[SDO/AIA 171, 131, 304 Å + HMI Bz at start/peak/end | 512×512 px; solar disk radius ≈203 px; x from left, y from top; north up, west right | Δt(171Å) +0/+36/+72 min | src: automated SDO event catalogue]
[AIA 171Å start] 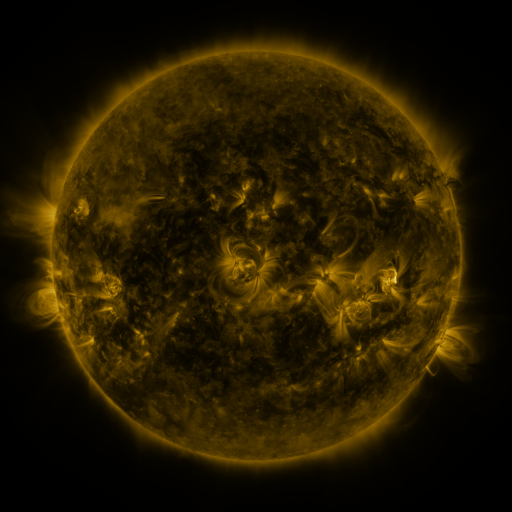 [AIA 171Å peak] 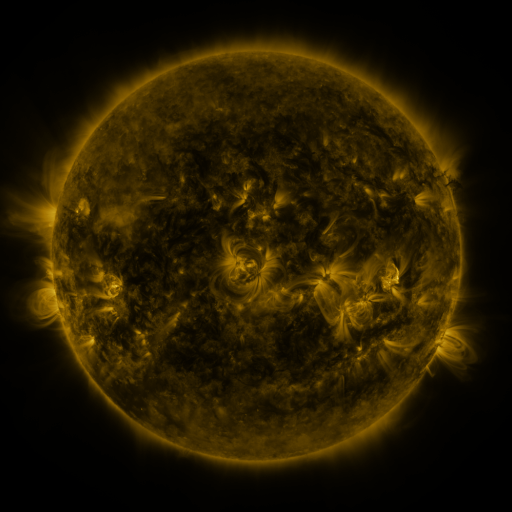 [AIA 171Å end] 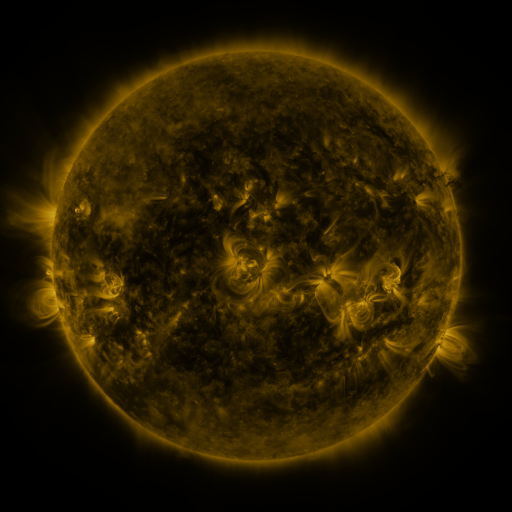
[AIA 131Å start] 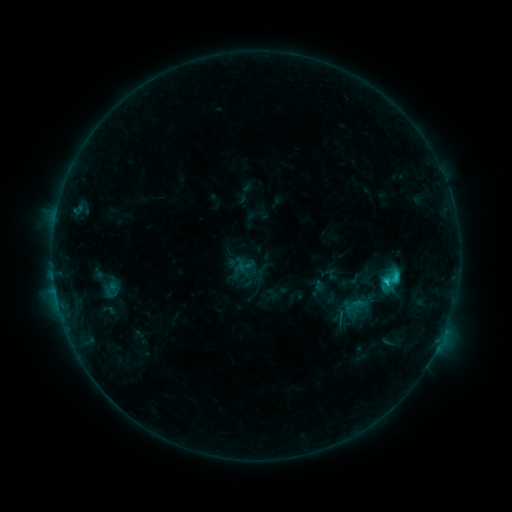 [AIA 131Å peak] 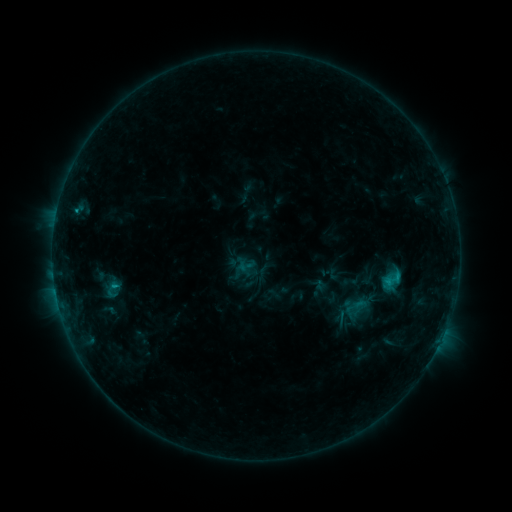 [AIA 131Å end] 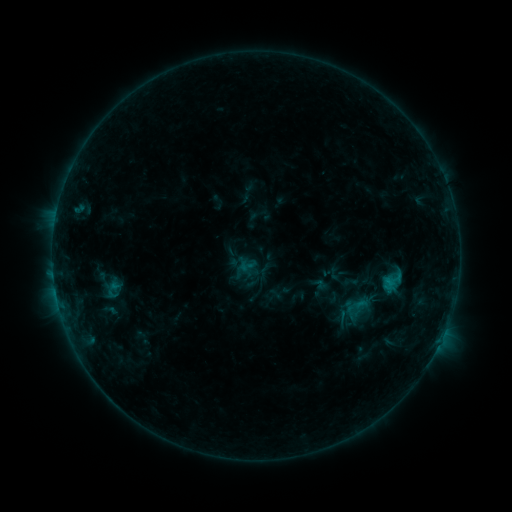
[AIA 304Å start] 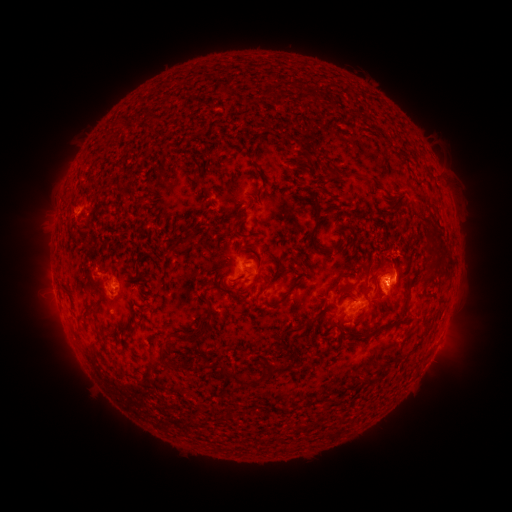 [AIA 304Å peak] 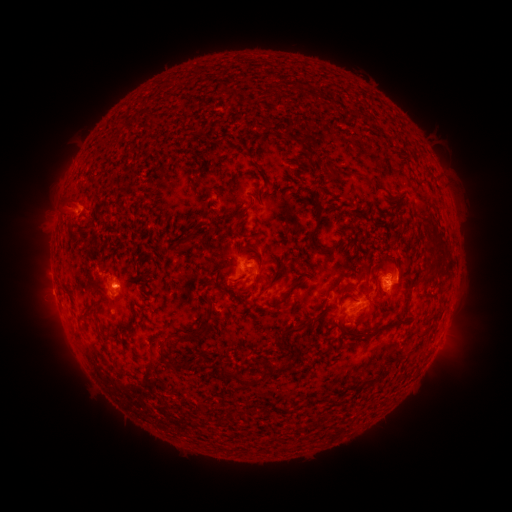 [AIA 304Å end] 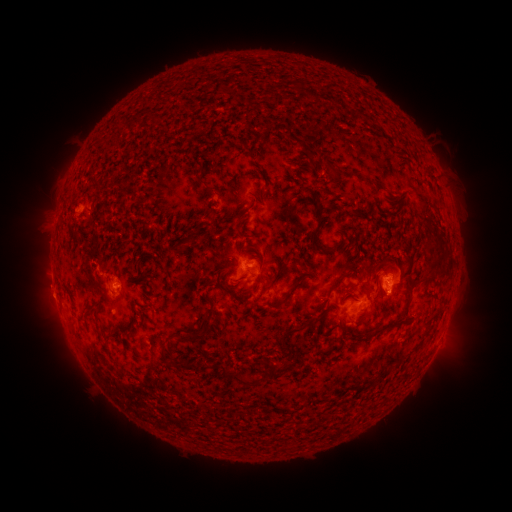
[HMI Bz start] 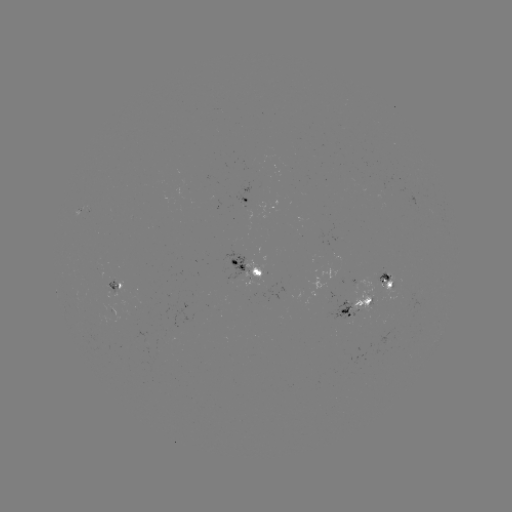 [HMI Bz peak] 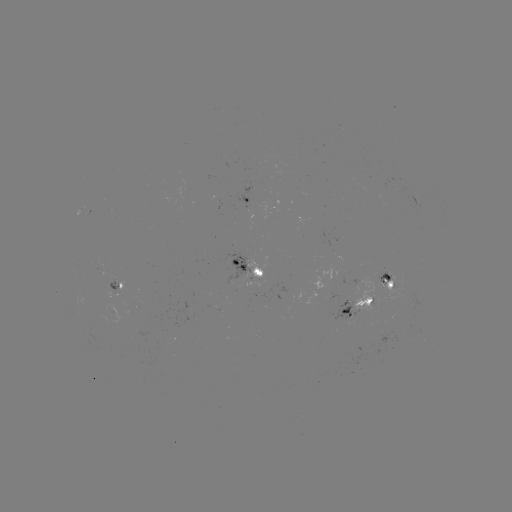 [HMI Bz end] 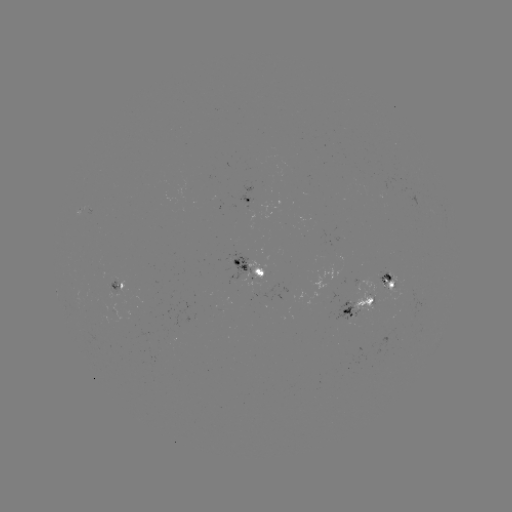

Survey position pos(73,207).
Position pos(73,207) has filament eruption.